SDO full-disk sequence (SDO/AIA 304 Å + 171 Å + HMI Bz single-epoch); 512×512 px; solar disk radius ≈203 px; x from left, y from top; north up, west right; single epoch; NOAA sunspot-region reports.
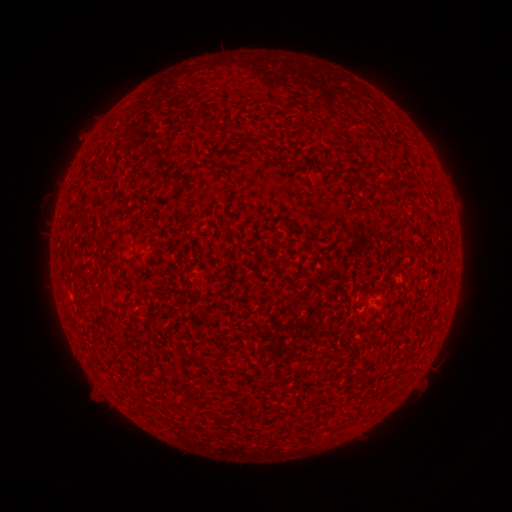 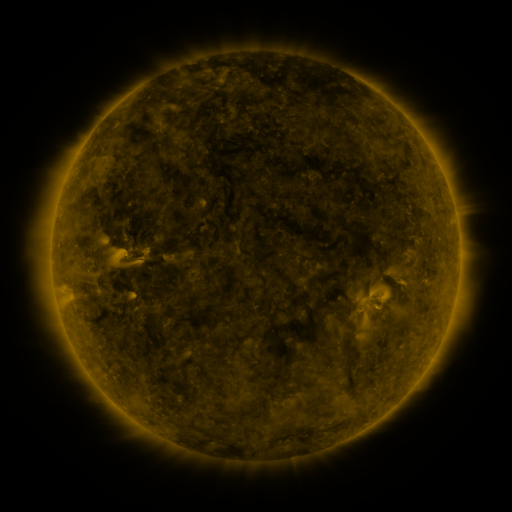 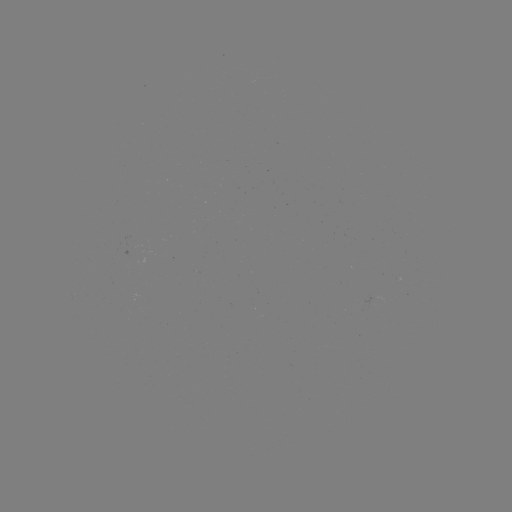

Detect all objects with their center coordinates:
(none)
